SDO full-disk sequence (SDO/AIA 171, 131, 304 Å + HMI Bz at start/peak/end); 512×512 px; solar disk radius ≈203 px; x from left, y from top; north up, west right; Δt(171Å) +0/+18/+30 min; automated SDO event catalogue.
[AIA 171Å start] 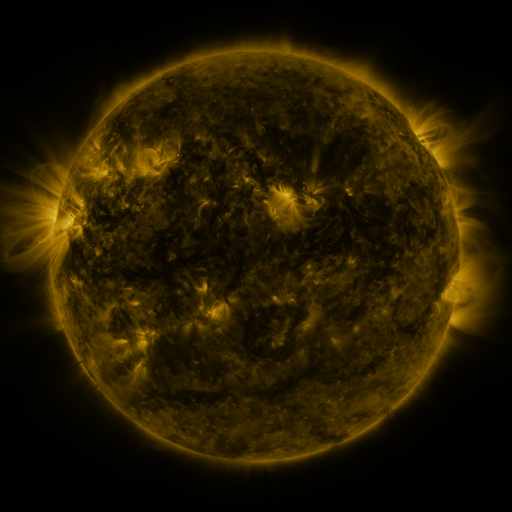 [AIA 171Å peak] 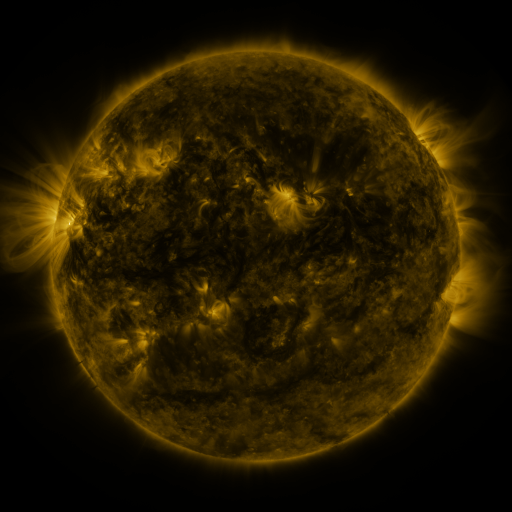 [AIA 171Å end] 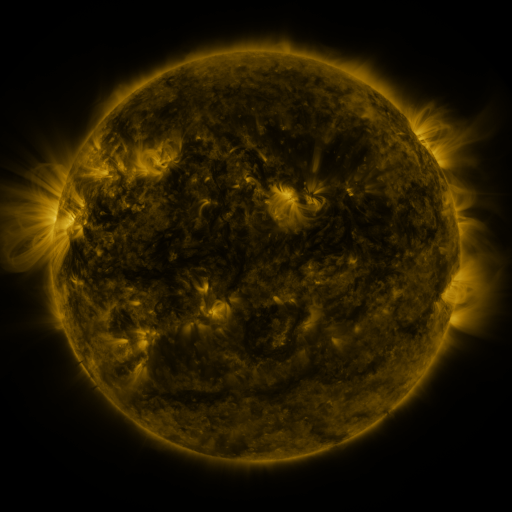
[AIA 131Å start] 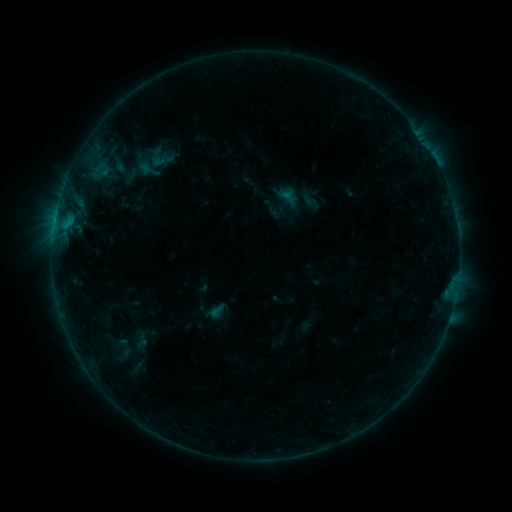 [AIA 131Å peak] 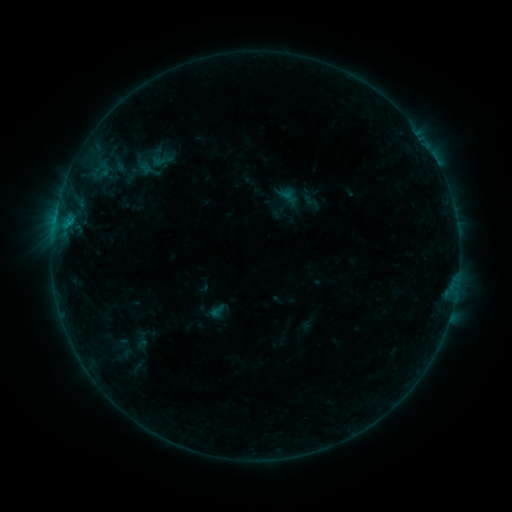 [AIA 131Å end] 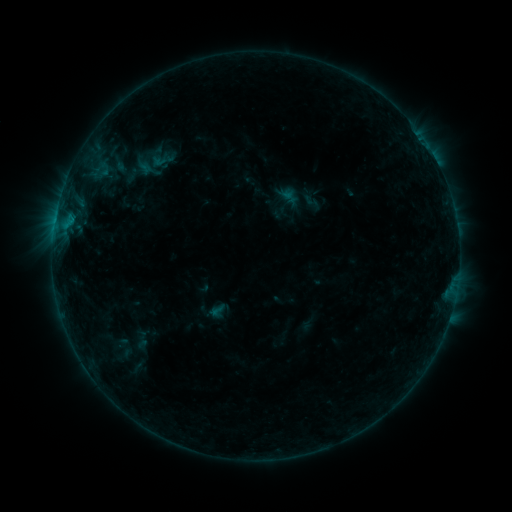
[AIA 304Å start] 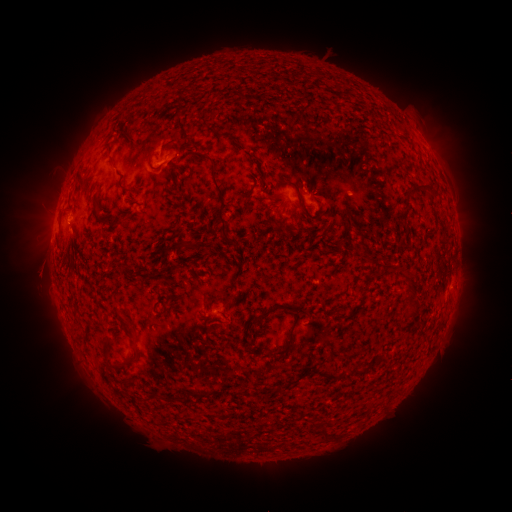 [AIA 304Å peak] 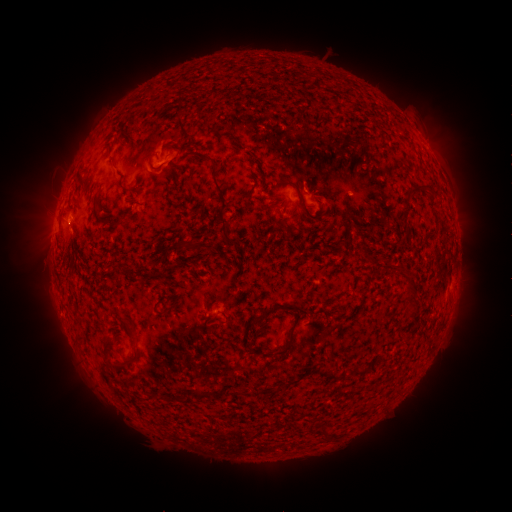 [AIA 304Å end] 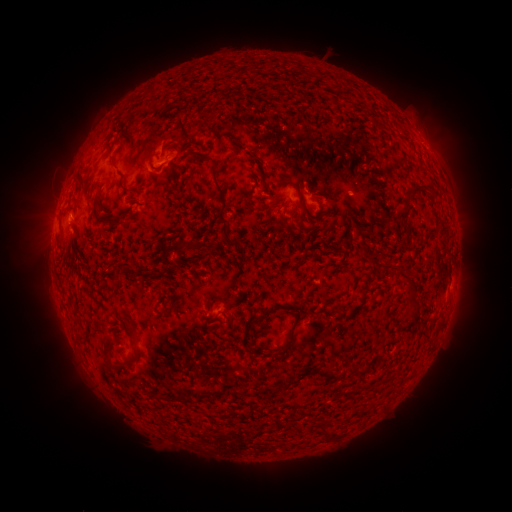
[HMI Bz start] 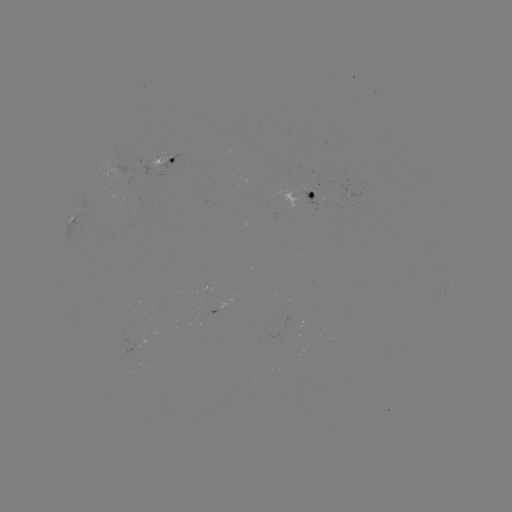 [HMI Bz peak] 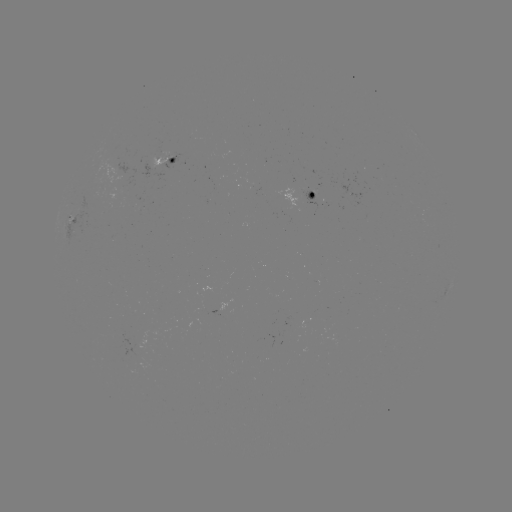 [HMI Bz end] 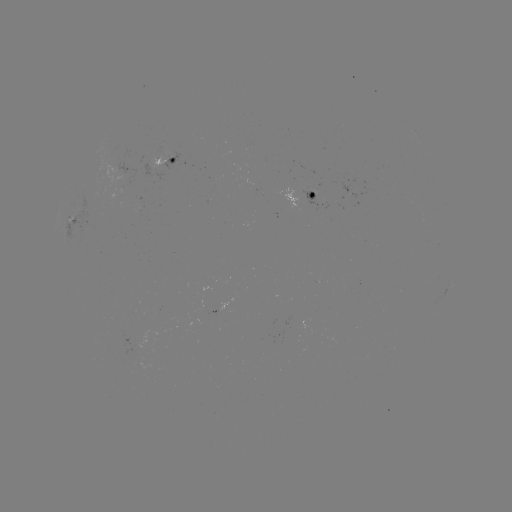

no catalogued flare and no flagged EUV brightening in this window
